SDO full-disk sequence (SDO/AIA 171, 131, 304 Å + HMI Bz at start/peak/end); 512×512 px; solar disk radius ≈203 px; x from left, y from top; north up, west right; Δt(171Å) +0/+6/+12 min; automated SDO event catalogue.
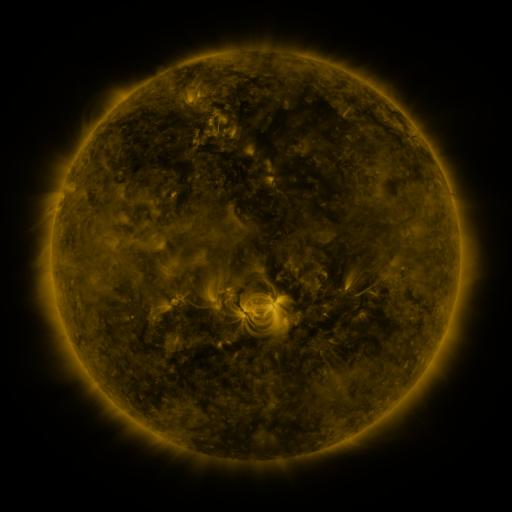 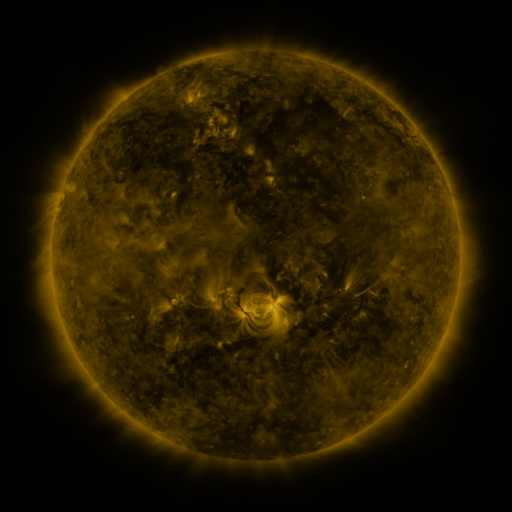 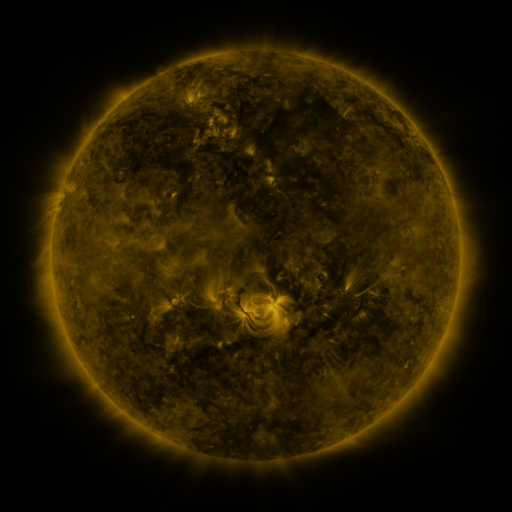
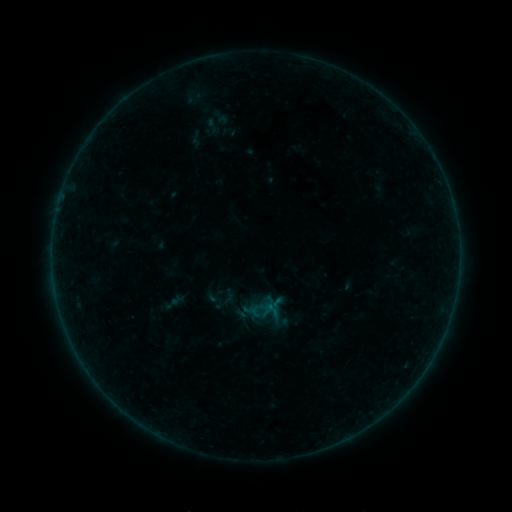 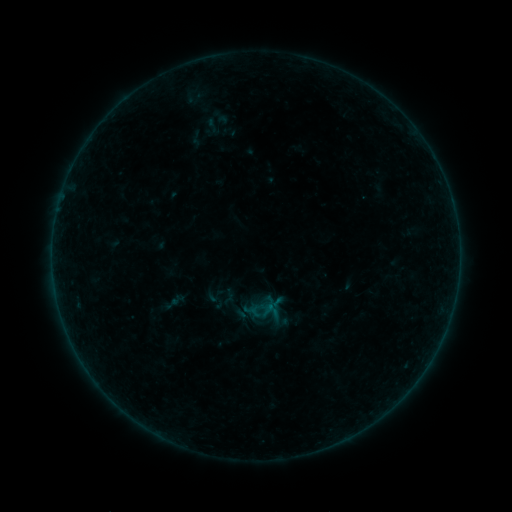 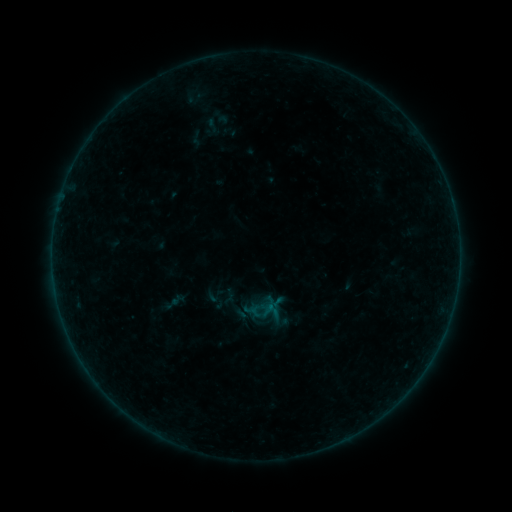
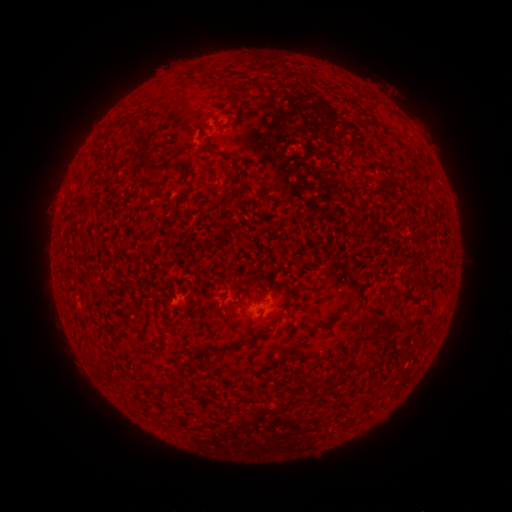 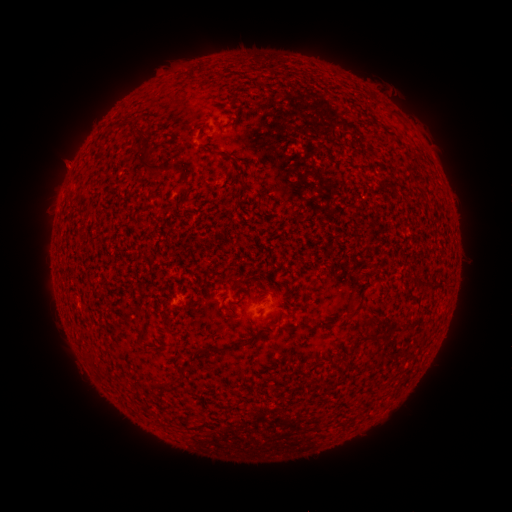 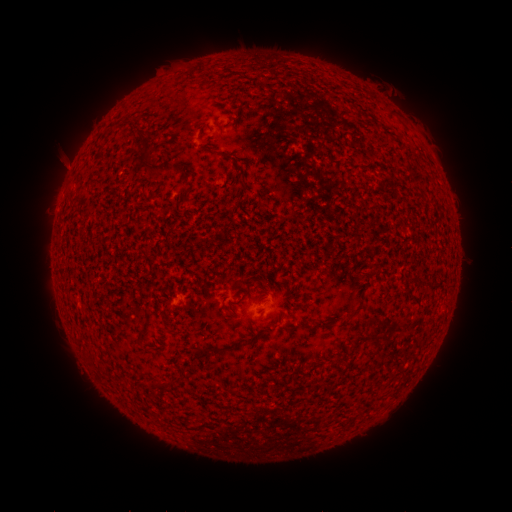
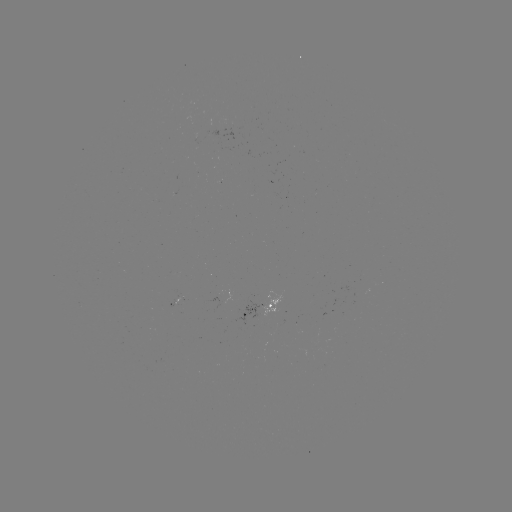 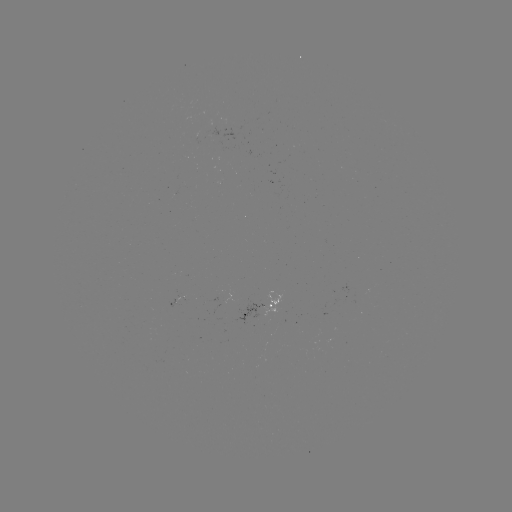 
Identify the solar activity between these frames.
eruption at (62, 164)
